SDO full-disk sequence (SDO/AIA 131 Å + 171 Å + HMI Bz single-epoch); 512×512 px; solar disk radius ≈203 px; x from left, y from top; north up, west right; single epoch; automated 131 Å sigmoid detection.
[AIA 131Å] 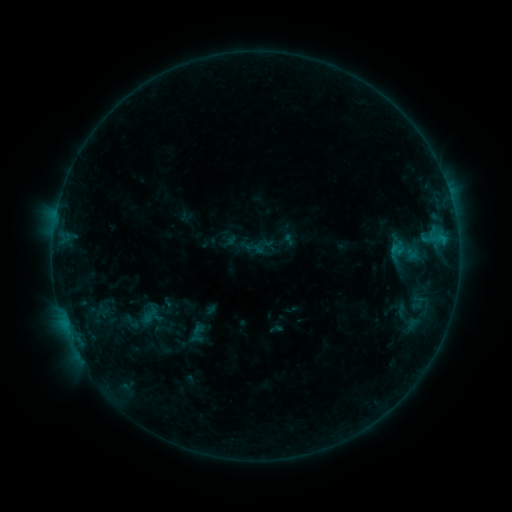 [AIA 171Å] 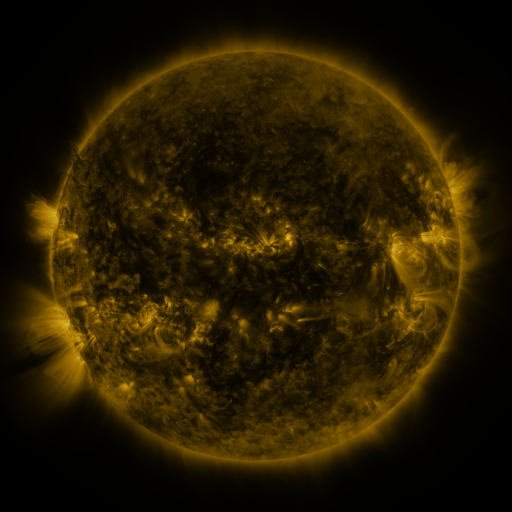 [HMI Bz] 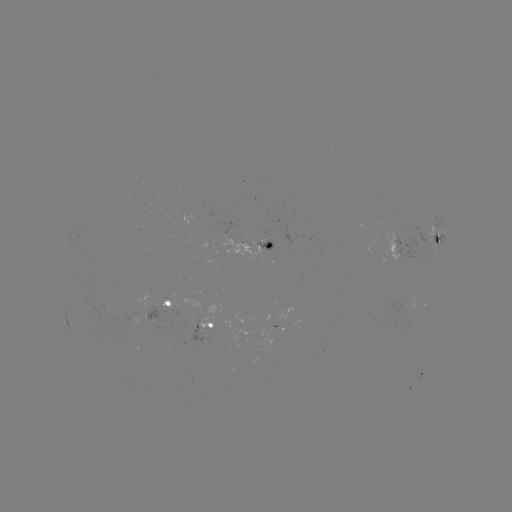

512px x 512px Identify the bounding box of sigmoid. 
[386, 235, 423, 267].